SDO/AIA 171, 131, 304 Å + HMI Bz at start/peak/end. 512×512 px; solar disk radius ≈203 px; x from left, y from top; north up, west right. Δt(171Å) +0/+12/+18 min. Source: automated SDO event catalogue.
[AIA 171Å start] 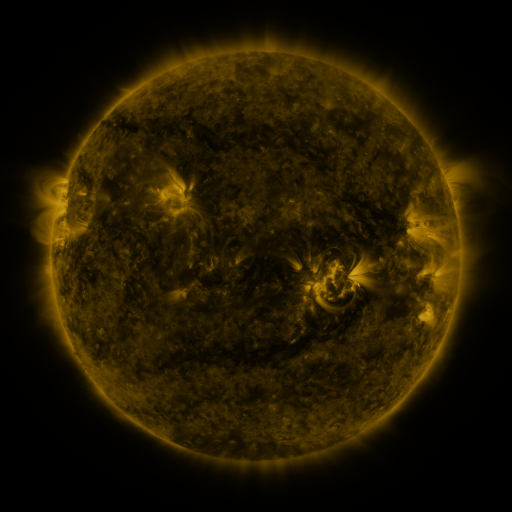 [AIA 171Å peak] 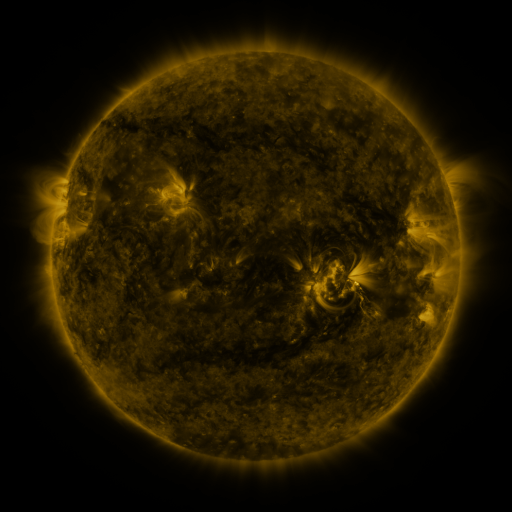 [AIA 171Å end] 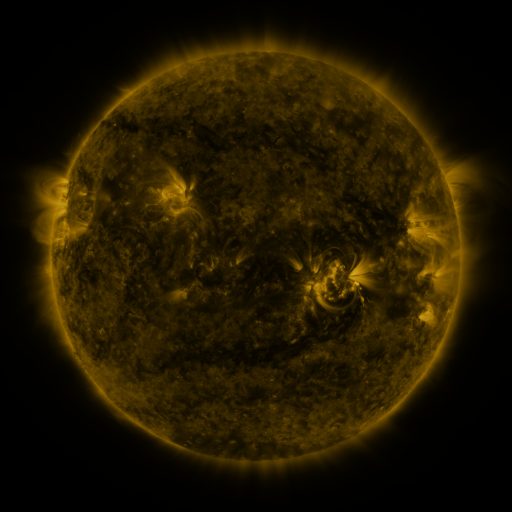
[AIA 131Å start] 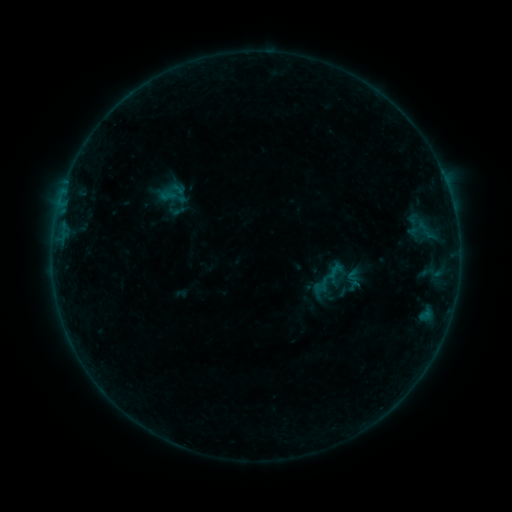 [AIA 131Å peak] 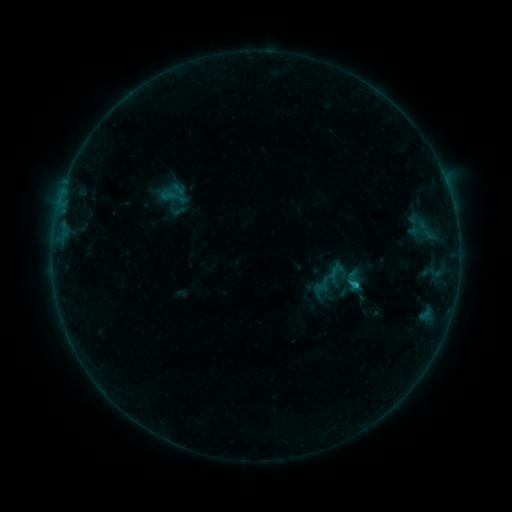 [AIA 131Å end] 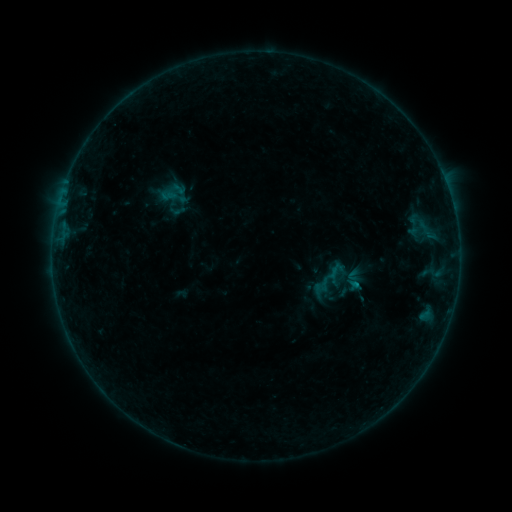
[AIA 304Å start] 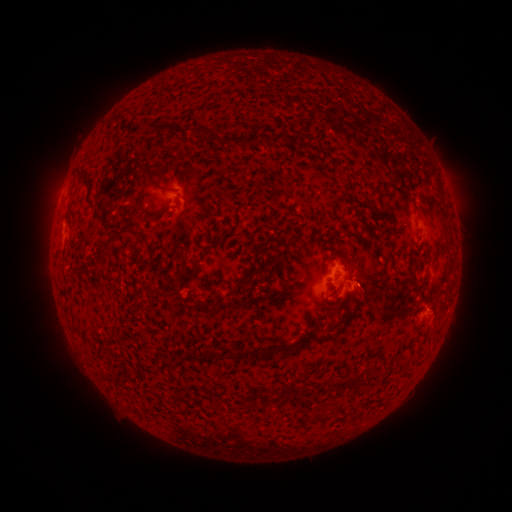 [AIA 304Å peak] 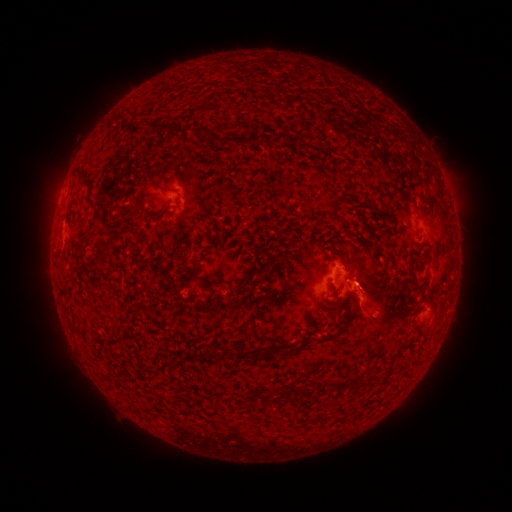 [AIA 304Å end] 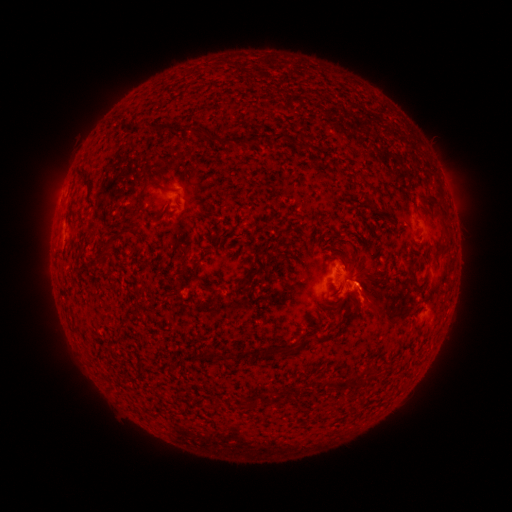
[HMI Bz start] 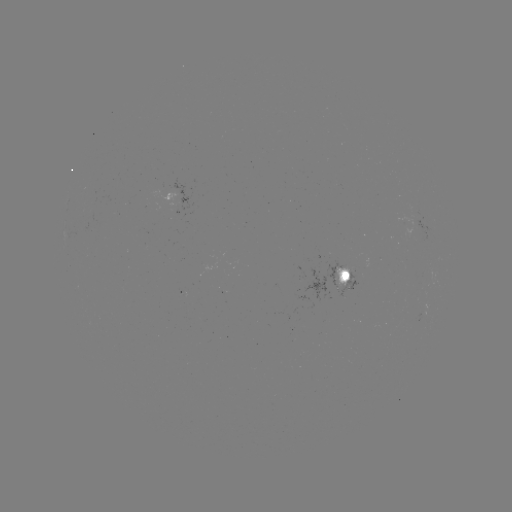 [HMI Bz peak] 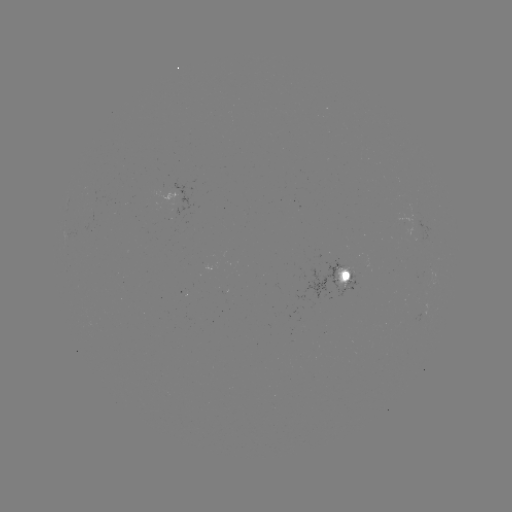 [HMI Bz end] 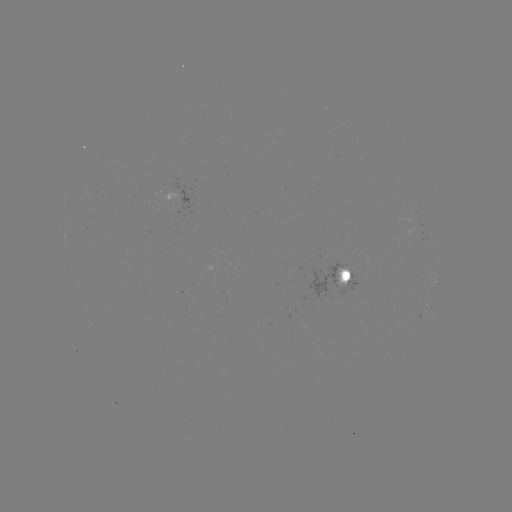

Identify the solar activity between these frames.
eruption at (367, 308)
